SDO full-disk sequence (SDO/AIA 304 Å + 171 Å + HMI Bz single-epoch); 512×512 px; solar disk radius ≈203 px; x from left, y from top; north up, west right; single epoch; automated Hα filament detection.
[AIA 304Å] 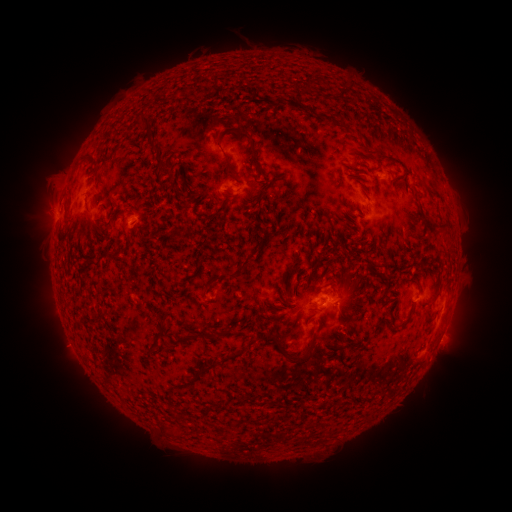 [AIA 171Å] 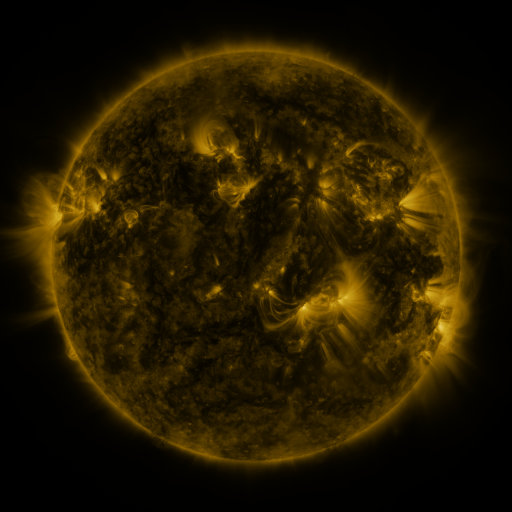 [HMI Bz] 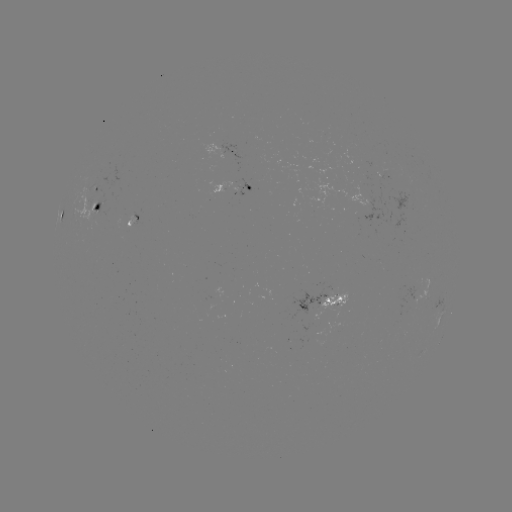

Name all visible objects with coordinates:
filament: [337, 86, 346, 98]
filament: [286, 98, 301, 108]
filament: [318, 113, 334, 120]
filament: [139, 118, 153, 132]
filament: [215, 127, 263, 177]
filament: [145, 139, 160, 154]
filament: [81, 155, 96, 166]
filament: [153, 156, 173, 183]
filament: [348, 171, 363, 180]
filament: [258, 187, 267, 198]
filament: [410, 187, 423, 214]
filament: [259, 206, 275, 226]
filament: [88, 219, 116, 238]
filament: [328, 233, 335, 244]
filament: [256, 237, 265, 248]
filament: [240, 252, 255, 267]
filament: [89, 255, 101, 269]
filament: [190, 259, 202, 279]
filament: [210, 270, 244, 285]
filament: [303, 274, 311, 286]
filament: [329, 280, 338, 286]
filament: [278, 288, 288, 305]
filament: [261, 304, 269, 315]
filament: [390, 315, 397, 326]
filament: [174, 325, 236, 345]
filament: [270, 333, 315, 365]
filament: [330, 341, 356, 351]
filament: [198, 349, 243, 375]
filament: [245, 391, 253, 401]
filament: [216, 403, 227, 411]
filament: [169, 427, 190, 438]
